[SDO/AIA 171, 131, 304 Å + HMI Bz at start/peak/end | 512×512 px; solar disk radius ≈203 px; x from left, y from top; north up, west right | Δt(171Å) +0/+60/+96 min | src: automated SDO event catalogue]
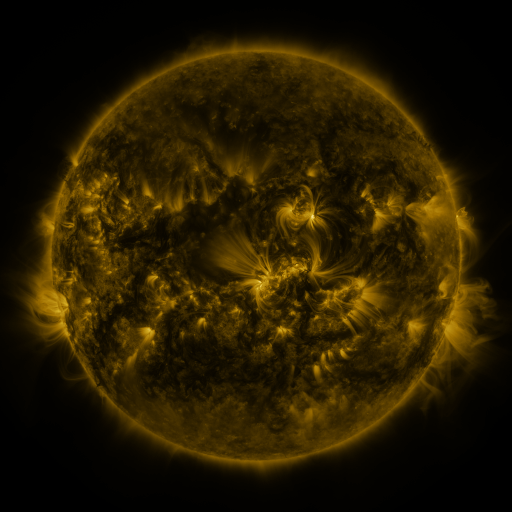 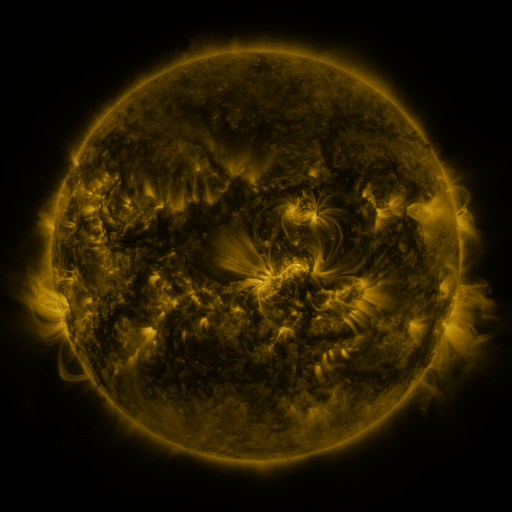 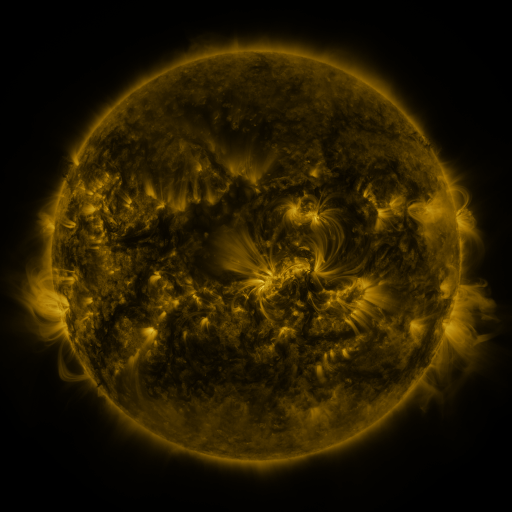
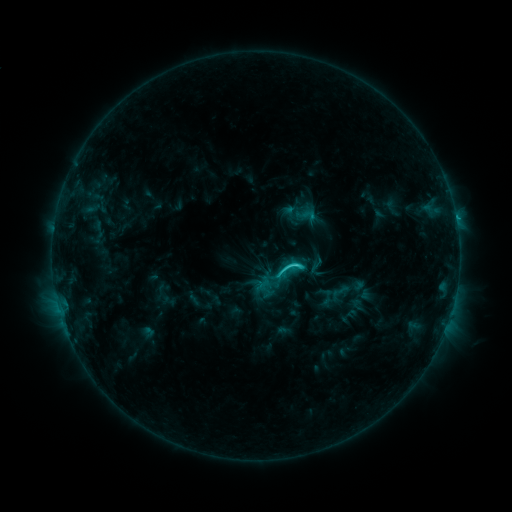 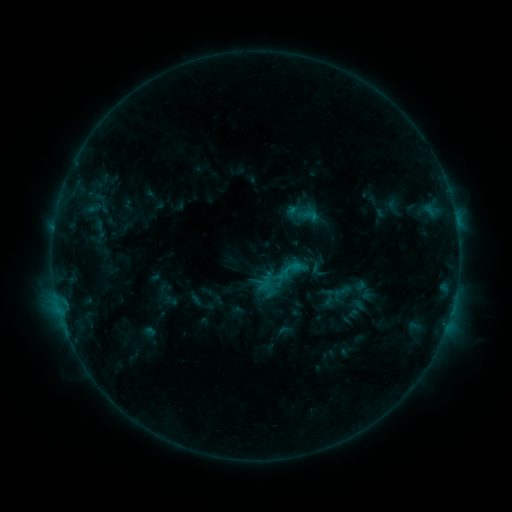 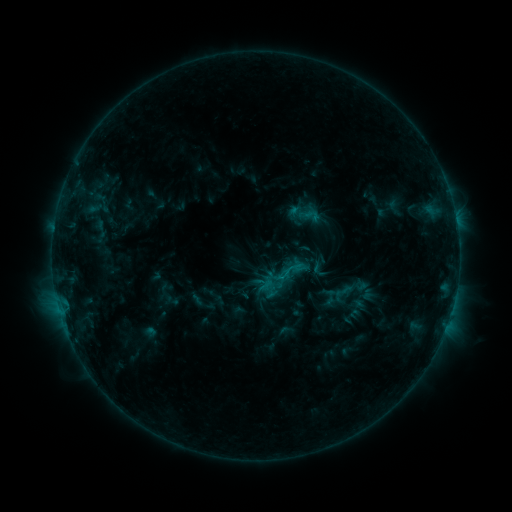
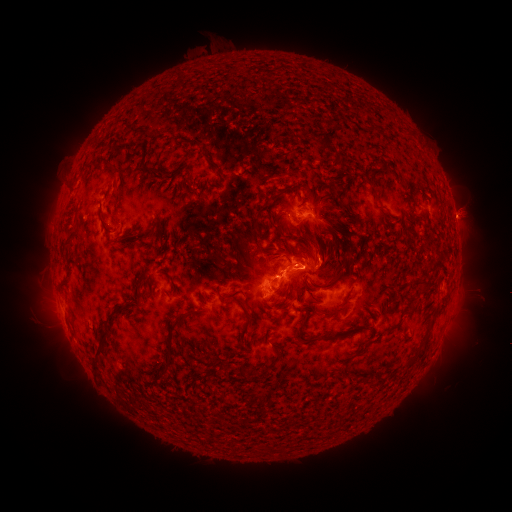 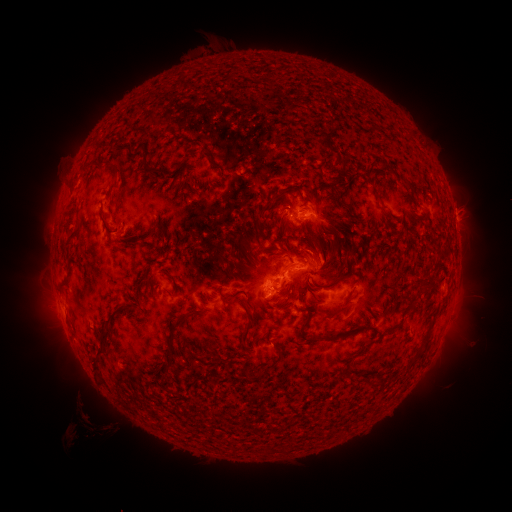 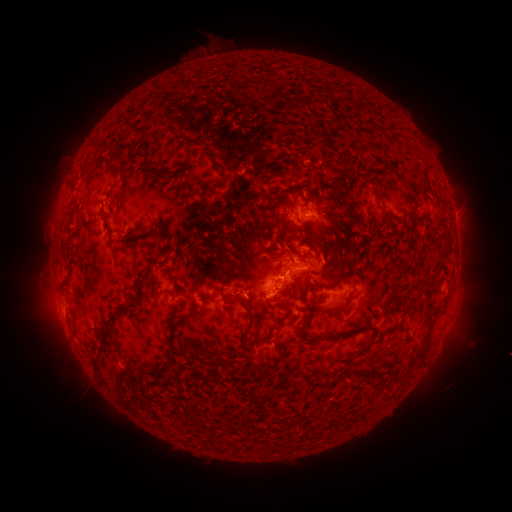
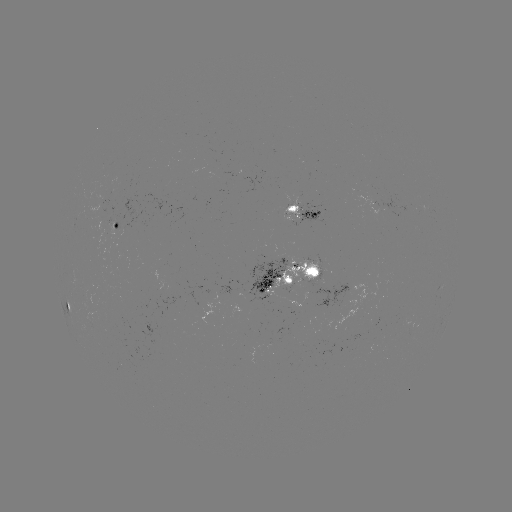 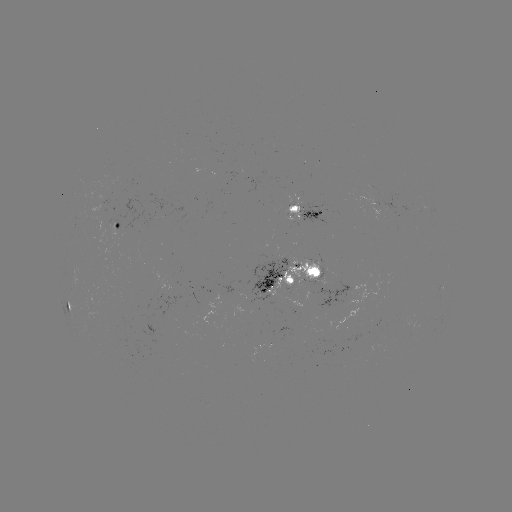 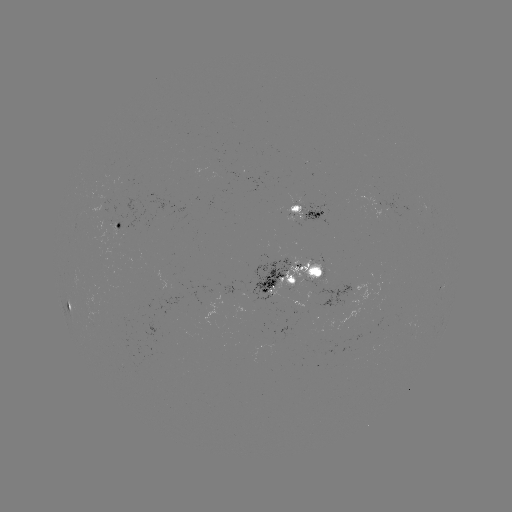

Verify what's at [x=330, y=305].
emerging-flux region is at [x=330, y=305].